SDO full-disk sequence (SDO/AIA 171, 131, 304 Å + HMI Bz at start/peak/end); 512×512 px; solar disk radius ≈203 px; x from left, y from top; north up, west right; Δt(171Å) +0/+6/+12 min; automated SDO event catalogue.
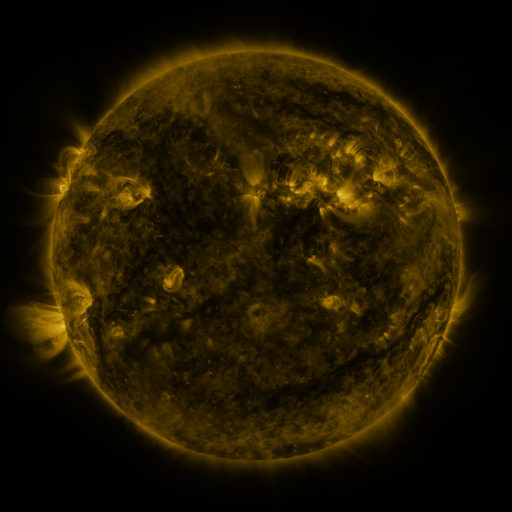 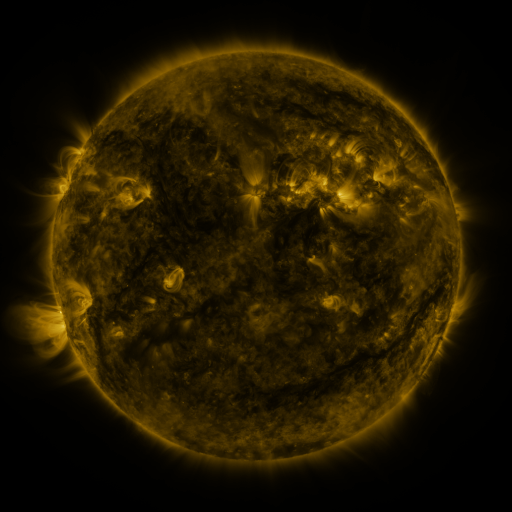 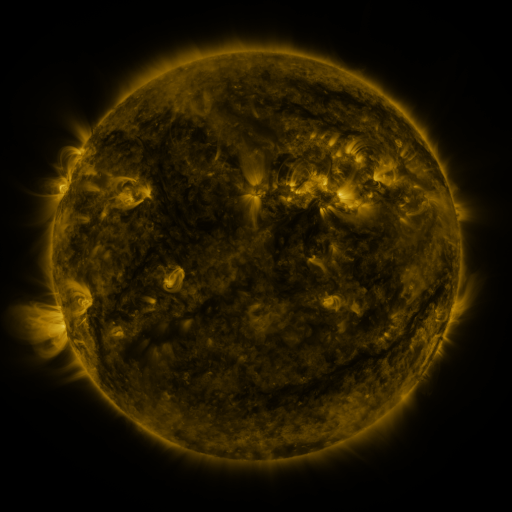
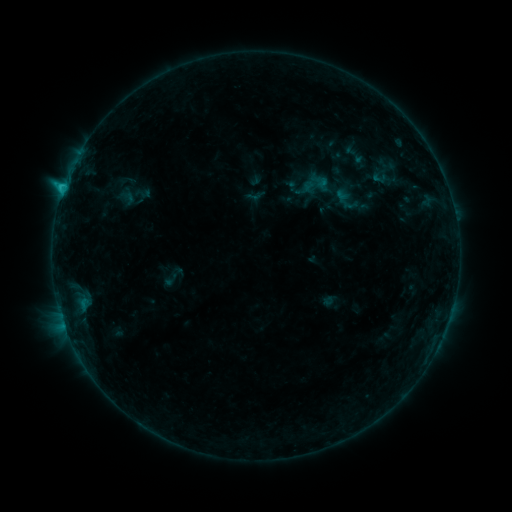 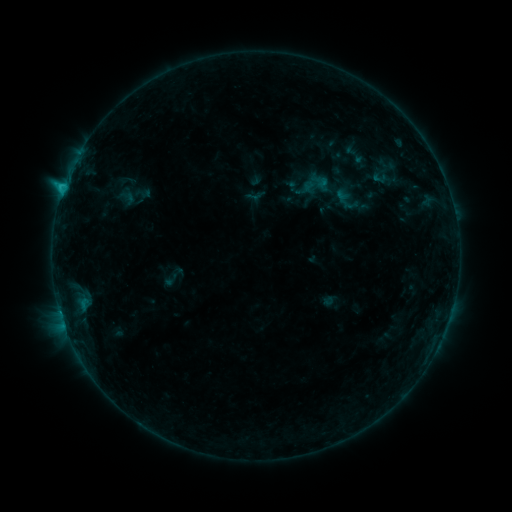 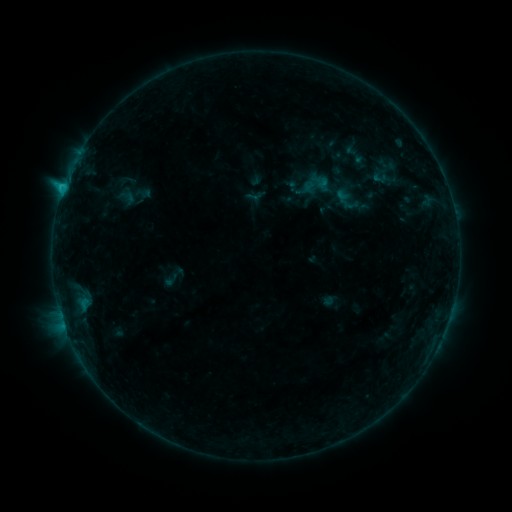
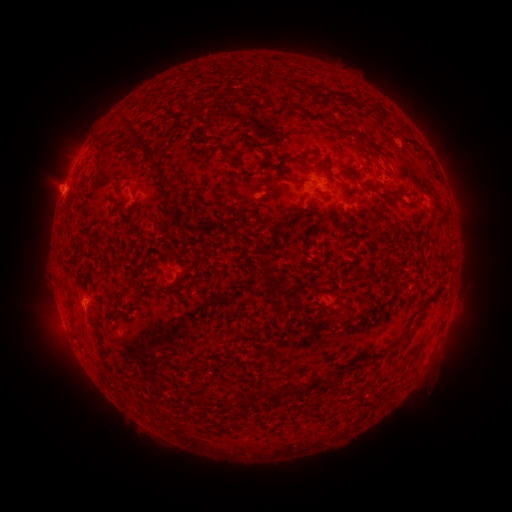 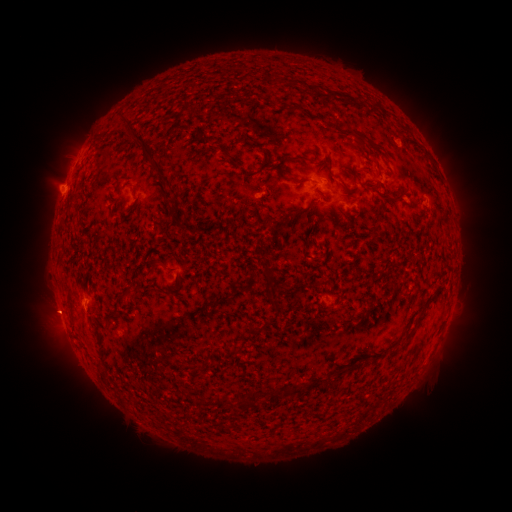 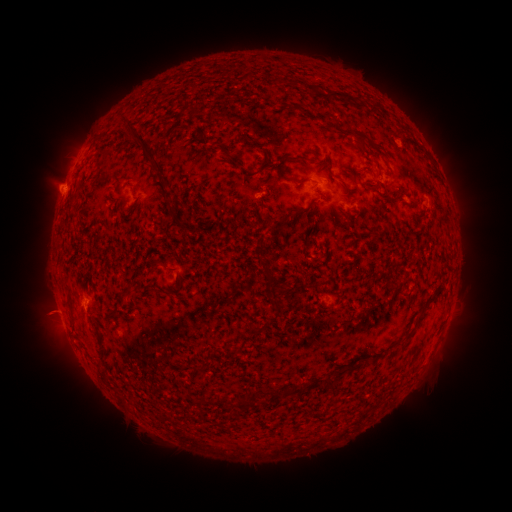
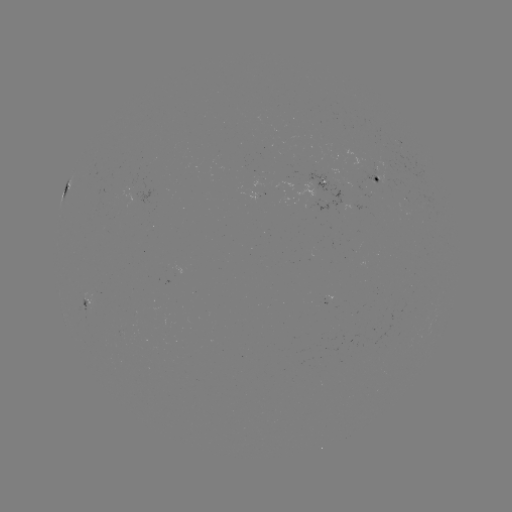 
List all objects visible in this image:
eruption: (53, 311)
